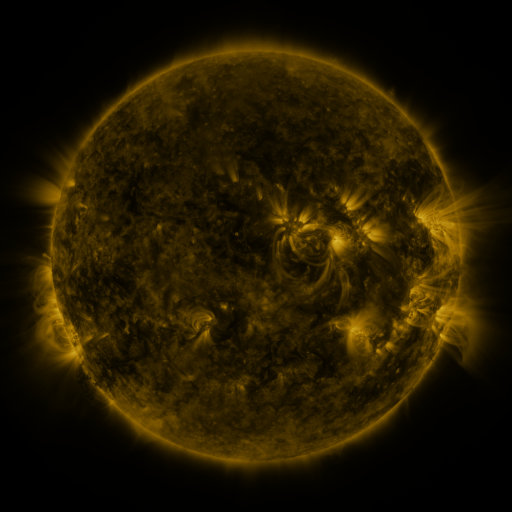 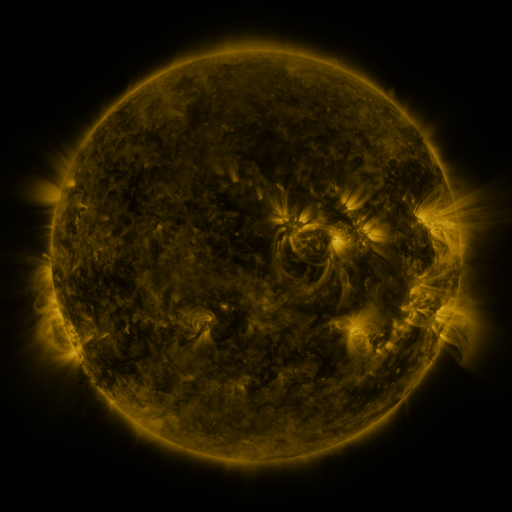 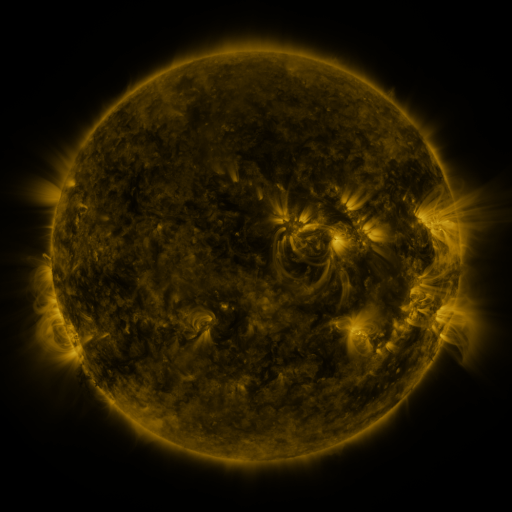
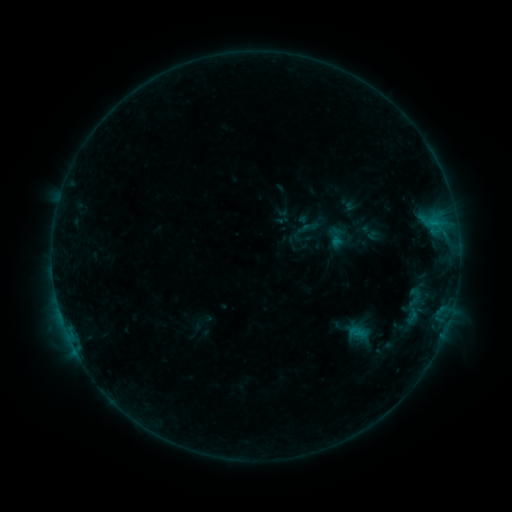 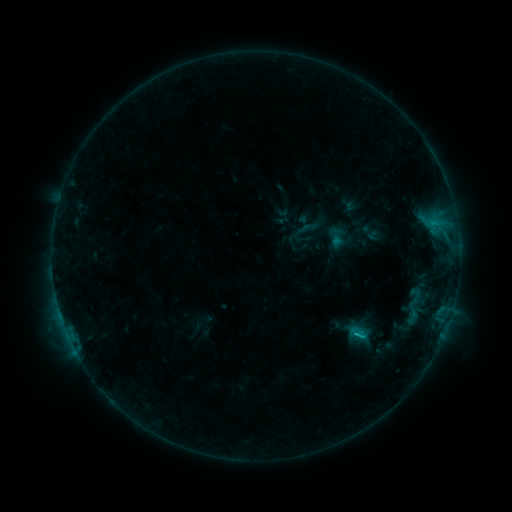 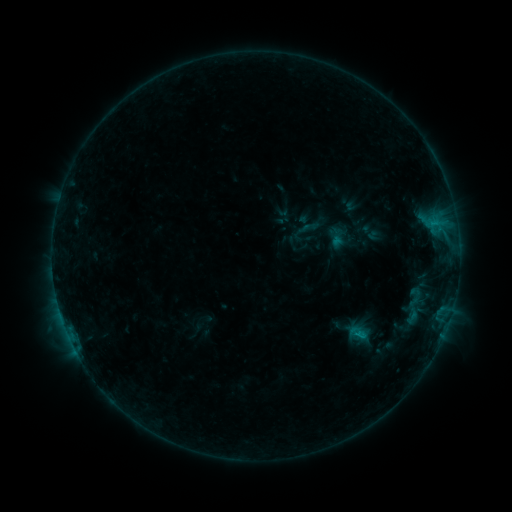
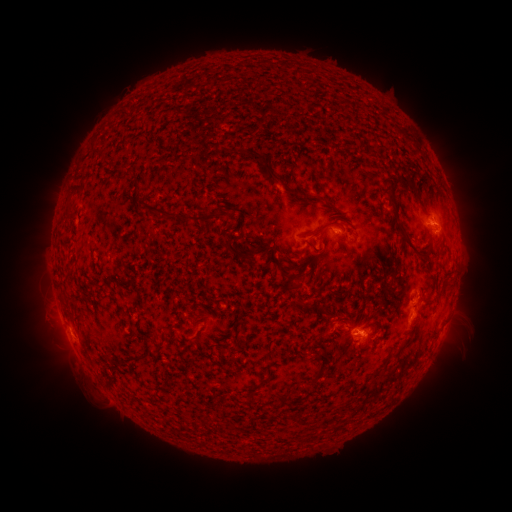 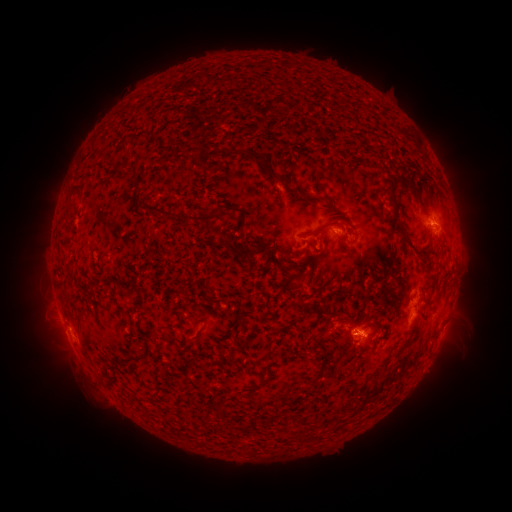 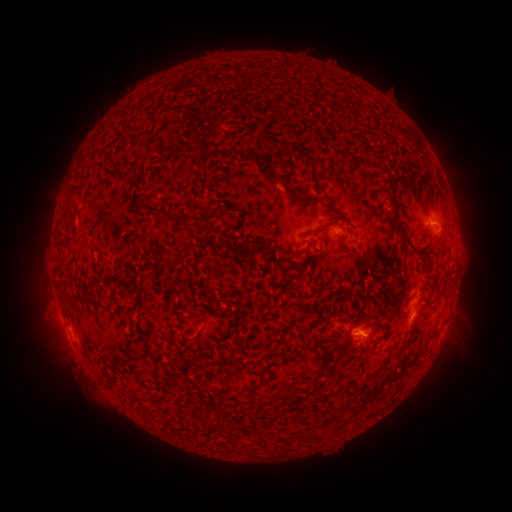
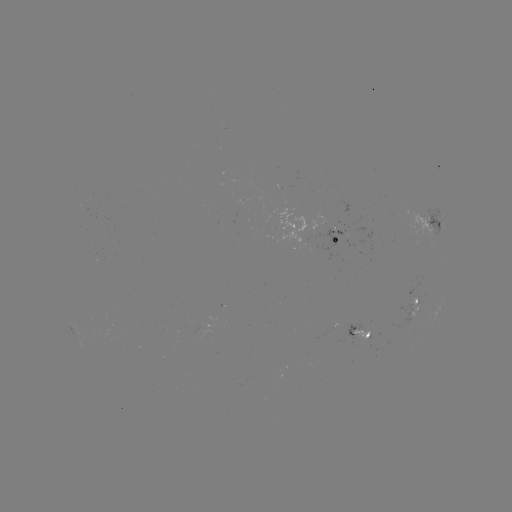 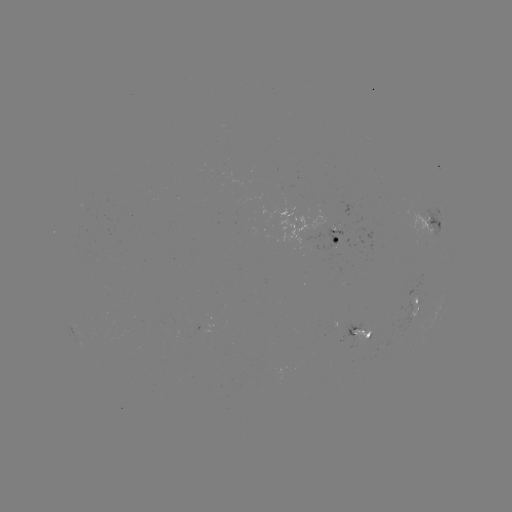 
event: flare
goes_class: B7.4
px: (354, 333)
